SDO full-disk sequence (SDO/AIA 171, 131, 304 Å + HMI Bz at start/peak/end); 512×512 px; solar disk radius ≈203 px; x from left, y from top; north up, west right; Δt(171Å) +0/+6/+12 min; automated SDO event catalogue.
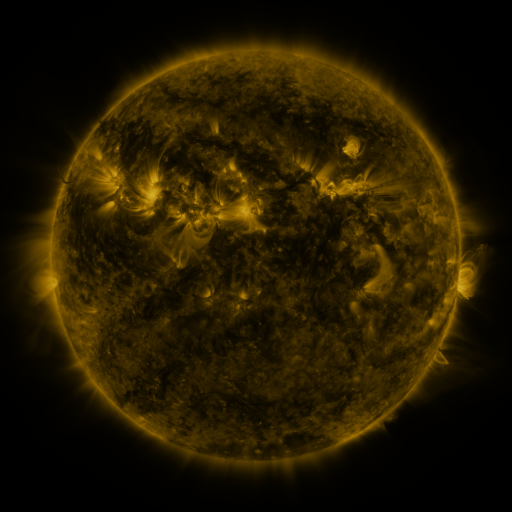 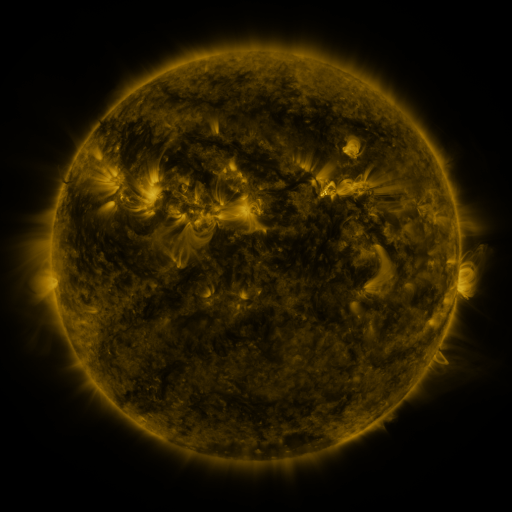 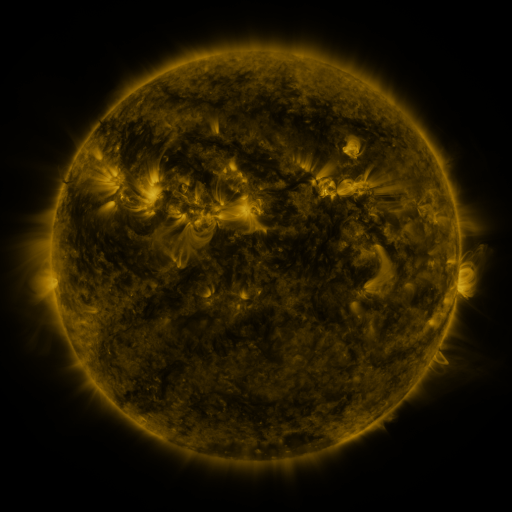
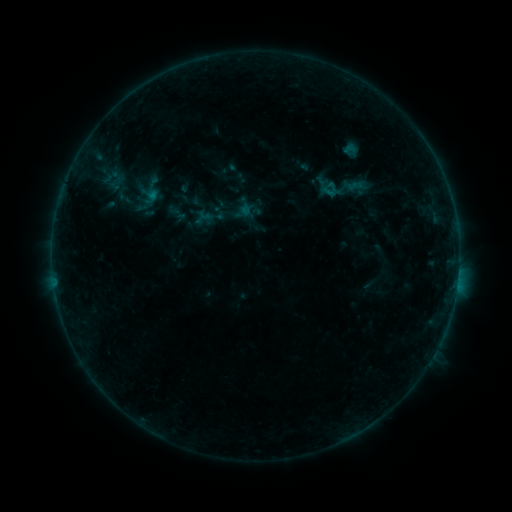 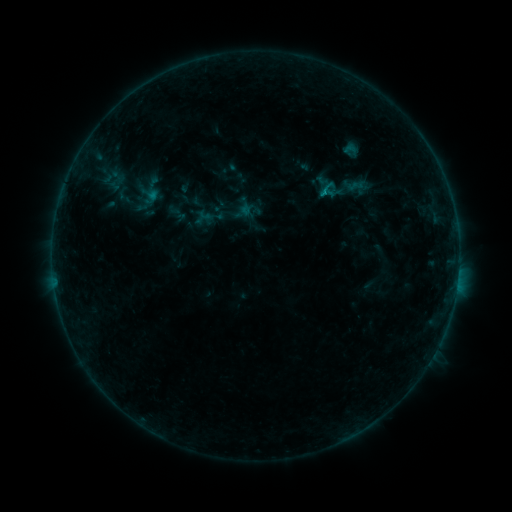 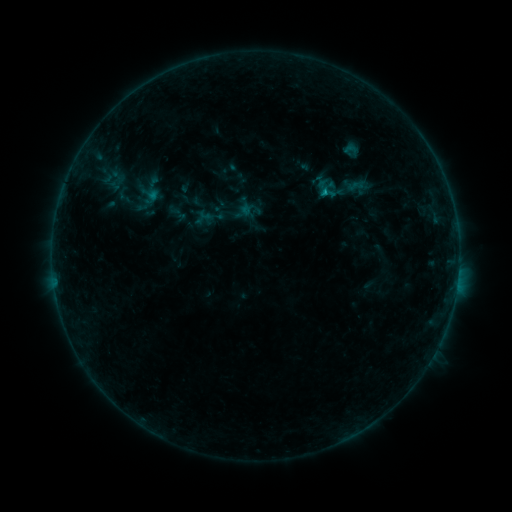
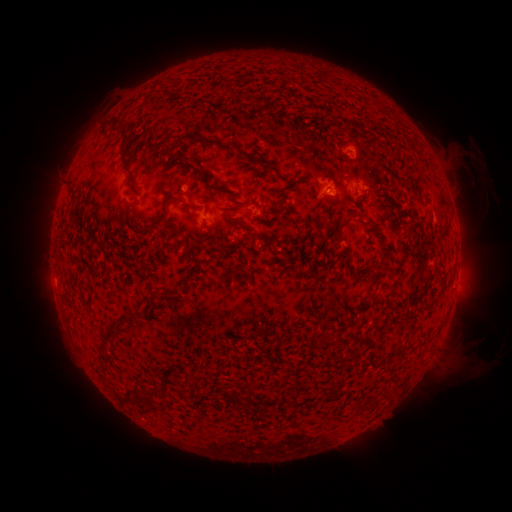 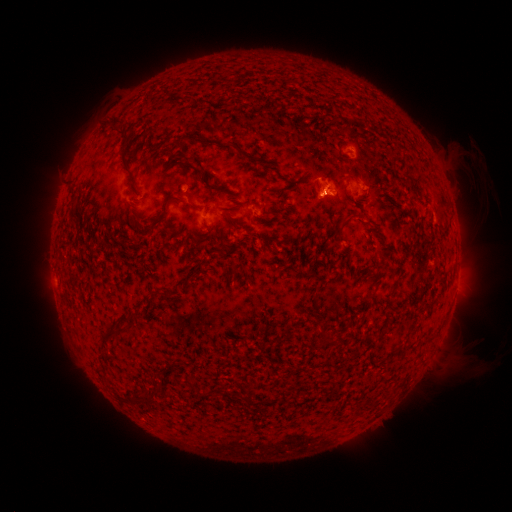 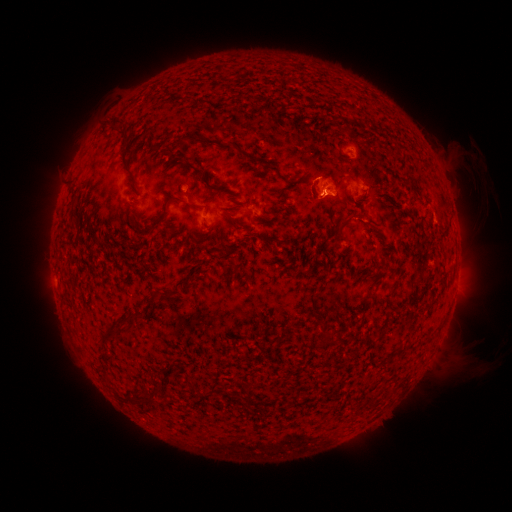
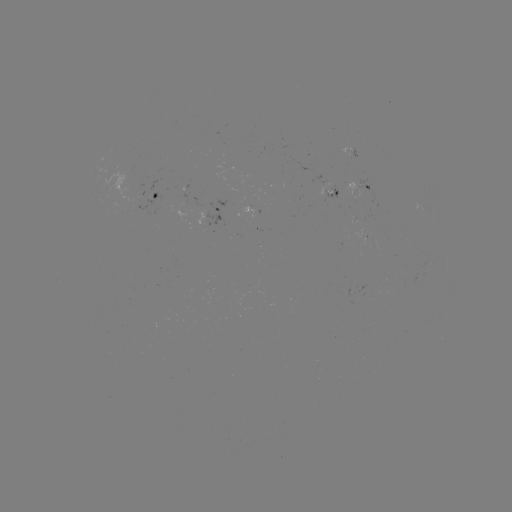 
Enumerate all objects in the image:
eruption: (319, 190)
